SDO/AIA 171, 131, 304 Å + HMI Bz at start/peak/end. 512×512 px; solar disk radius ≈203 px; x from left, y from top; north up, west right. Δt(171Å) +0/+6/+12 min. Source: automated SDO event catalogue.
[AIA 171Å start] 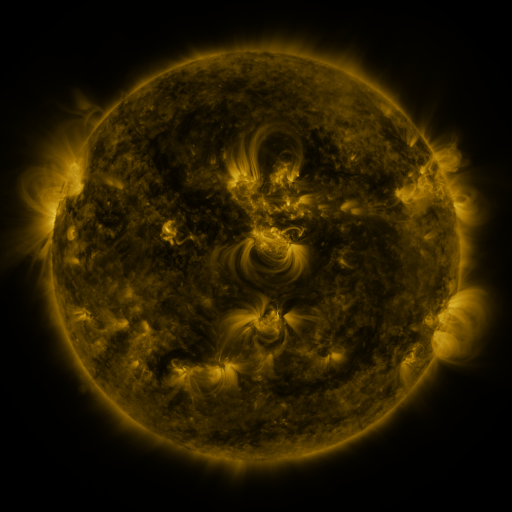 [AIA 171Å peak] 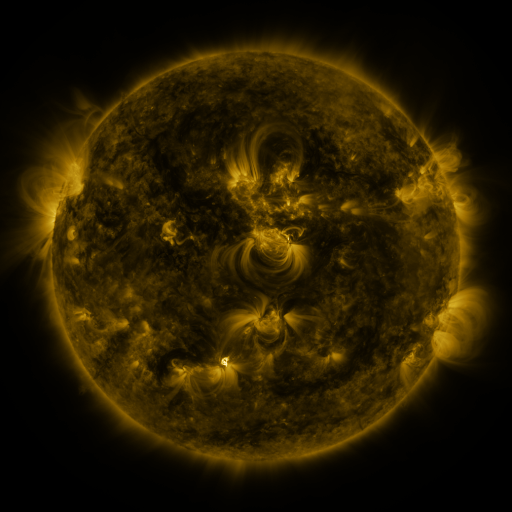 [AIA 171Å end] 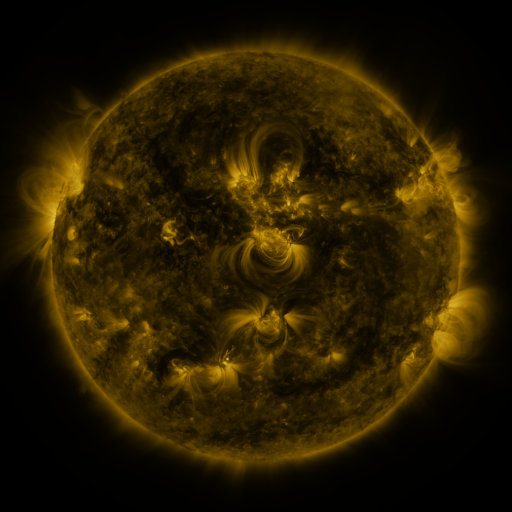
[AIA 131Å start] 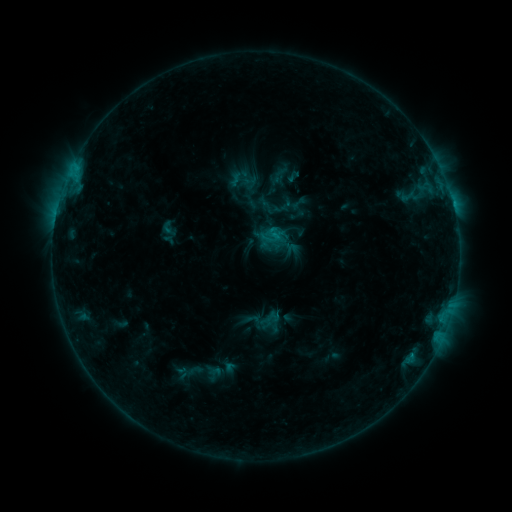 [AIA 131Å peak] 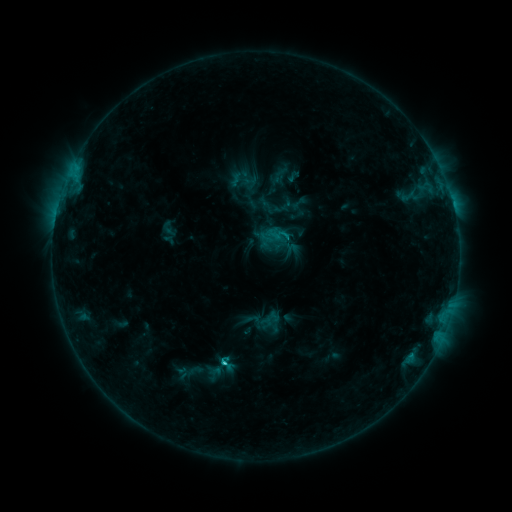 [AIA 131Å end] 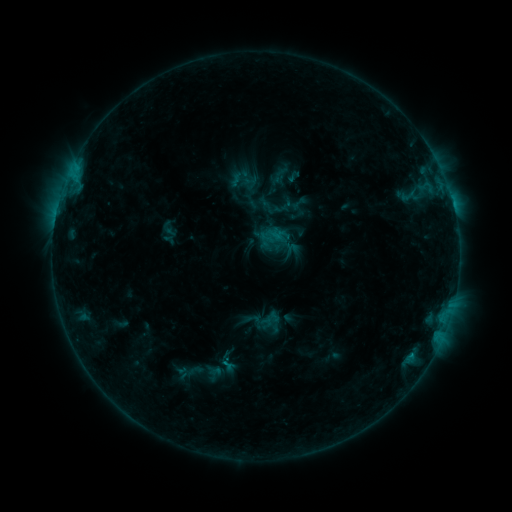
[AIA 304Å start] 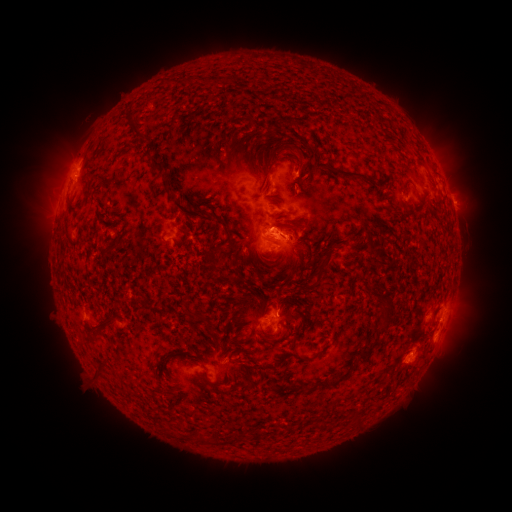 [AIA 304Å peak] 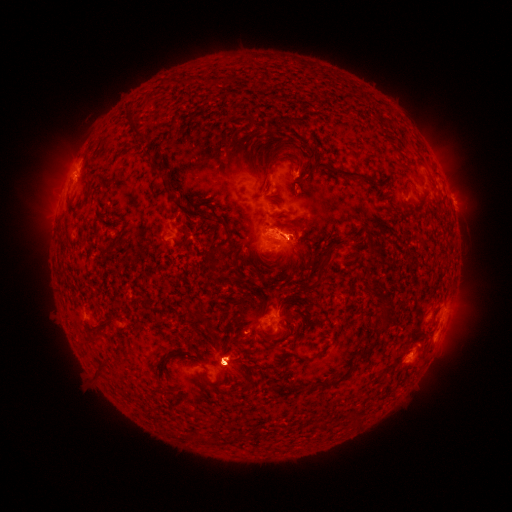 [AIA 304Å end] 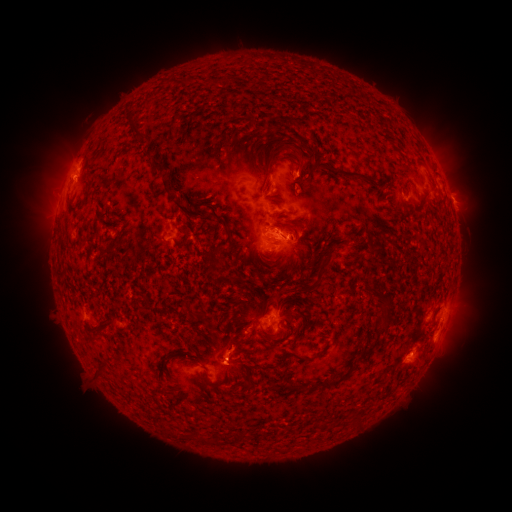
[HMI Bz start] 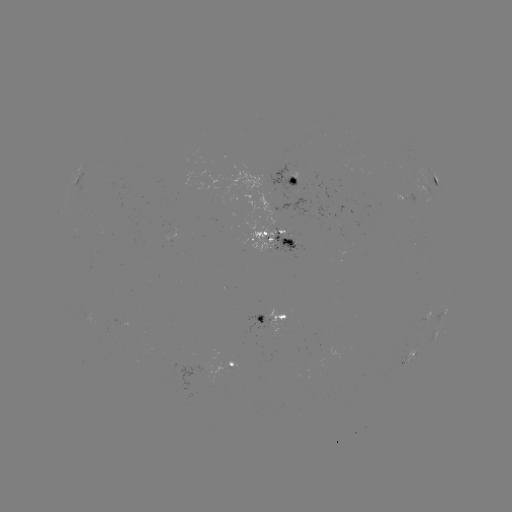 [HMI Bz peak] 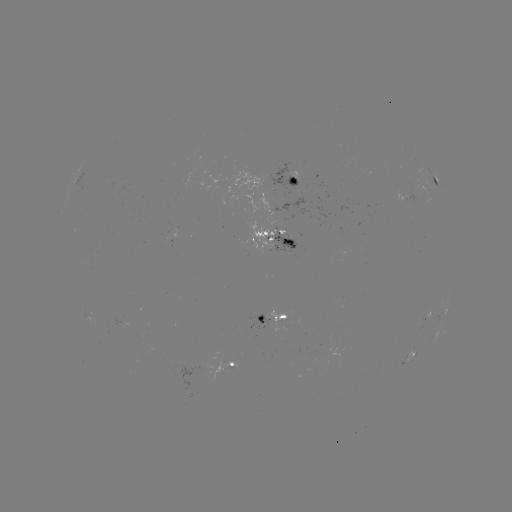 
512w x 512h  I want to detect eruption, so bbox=[203, 181, 315, 275].